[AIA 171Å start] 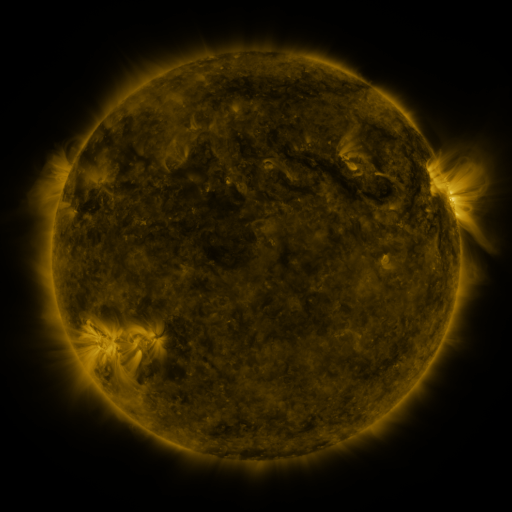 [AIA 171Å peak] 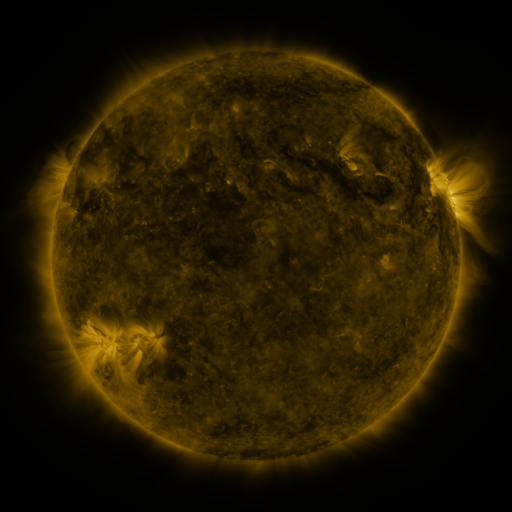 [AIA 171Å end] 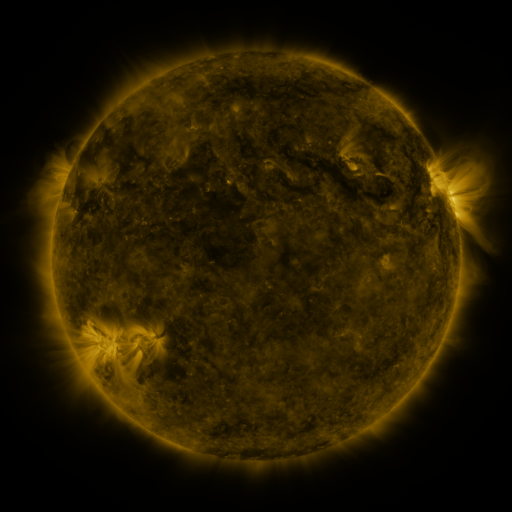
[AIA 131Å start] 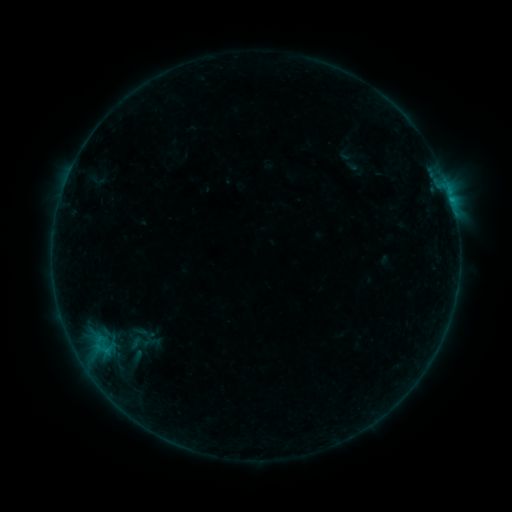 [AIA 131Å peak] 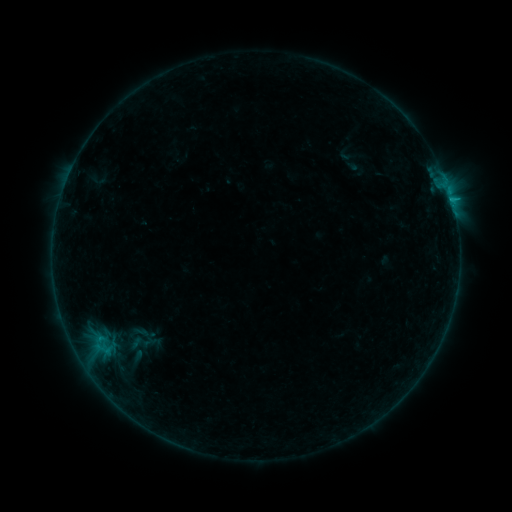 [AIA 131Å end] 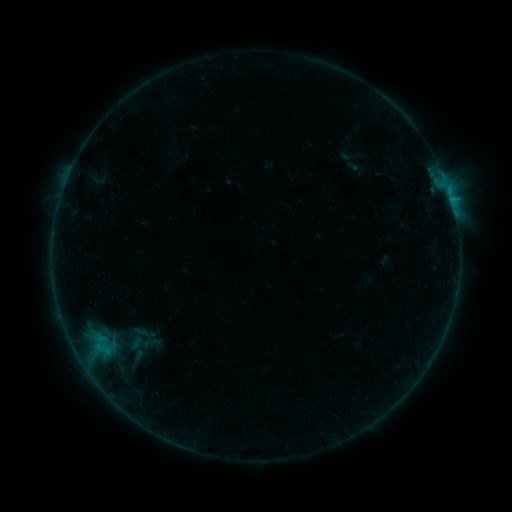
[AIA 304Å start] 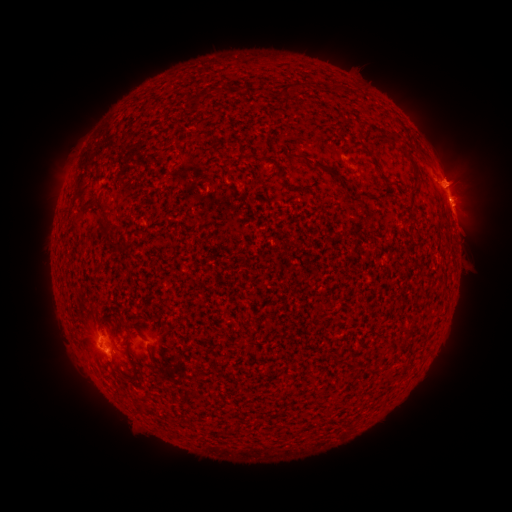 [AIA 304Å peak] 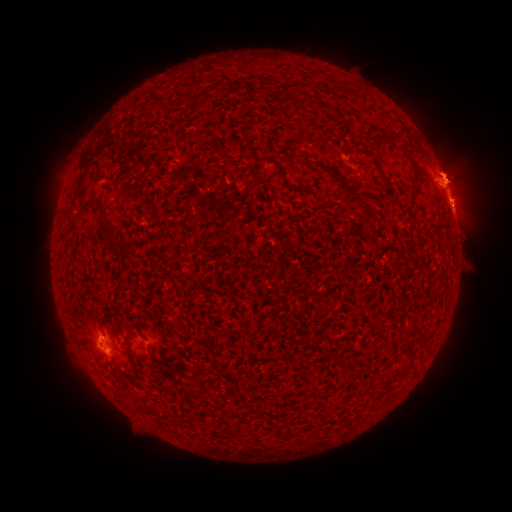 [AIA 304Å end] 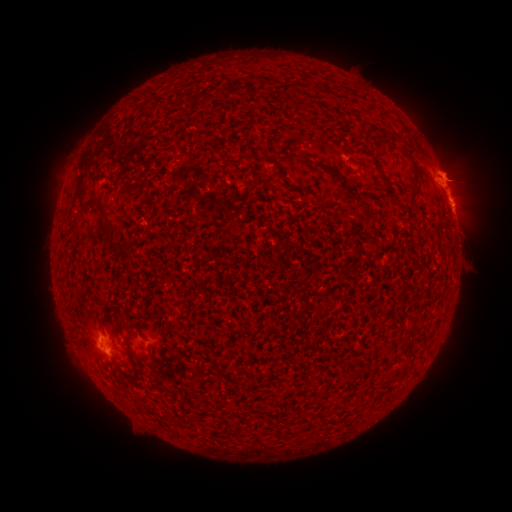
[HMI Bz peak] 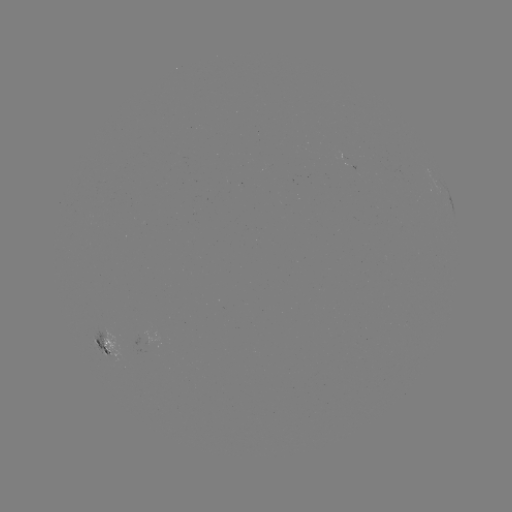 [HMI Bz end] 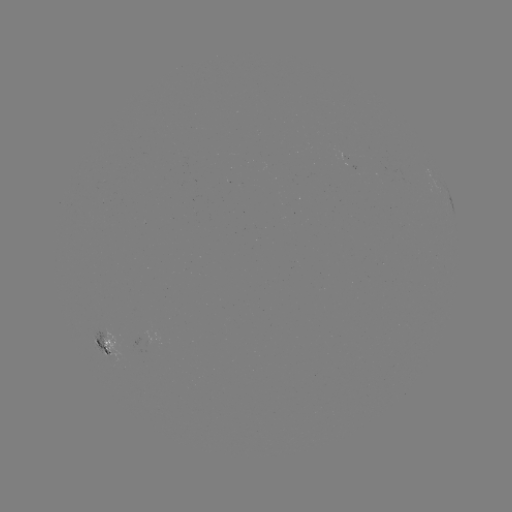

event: flare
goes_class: B5.9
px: (80, 160)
